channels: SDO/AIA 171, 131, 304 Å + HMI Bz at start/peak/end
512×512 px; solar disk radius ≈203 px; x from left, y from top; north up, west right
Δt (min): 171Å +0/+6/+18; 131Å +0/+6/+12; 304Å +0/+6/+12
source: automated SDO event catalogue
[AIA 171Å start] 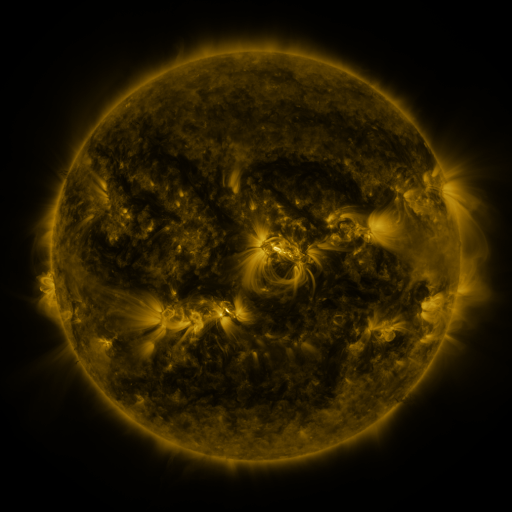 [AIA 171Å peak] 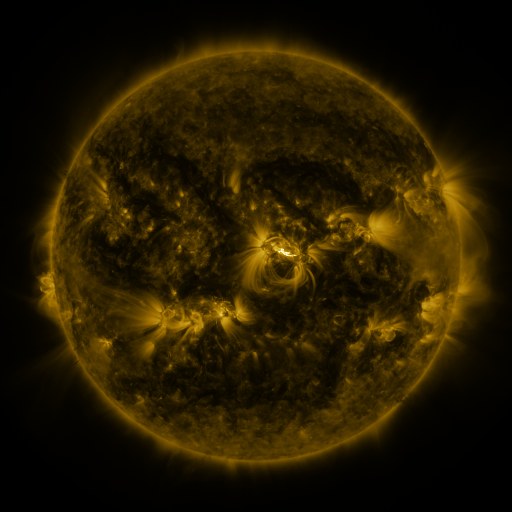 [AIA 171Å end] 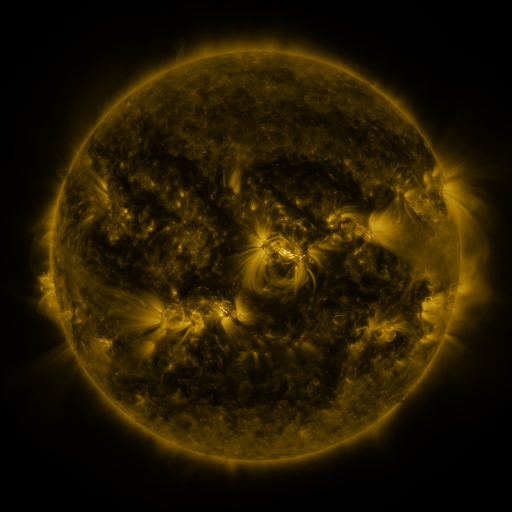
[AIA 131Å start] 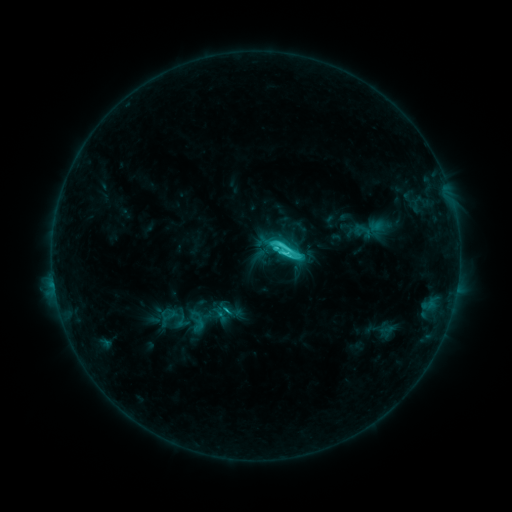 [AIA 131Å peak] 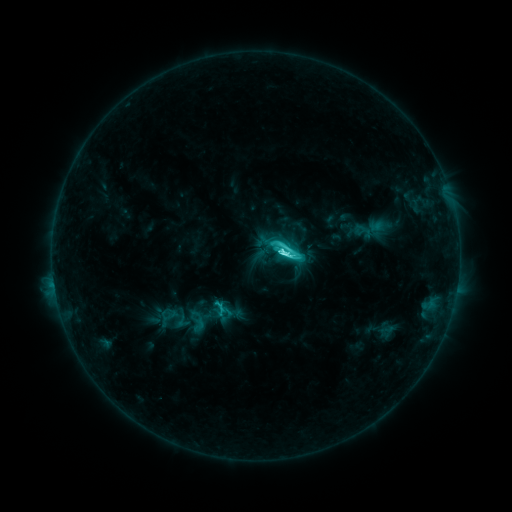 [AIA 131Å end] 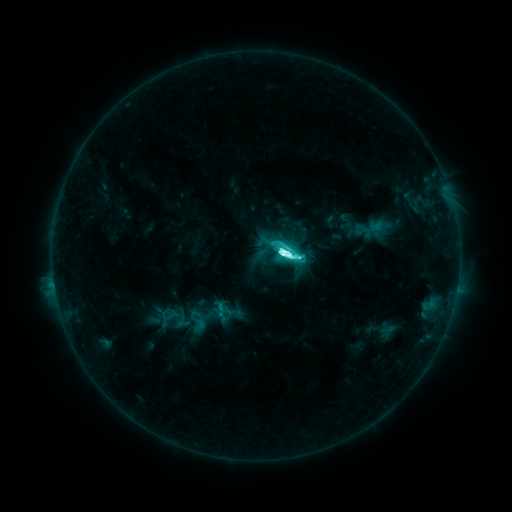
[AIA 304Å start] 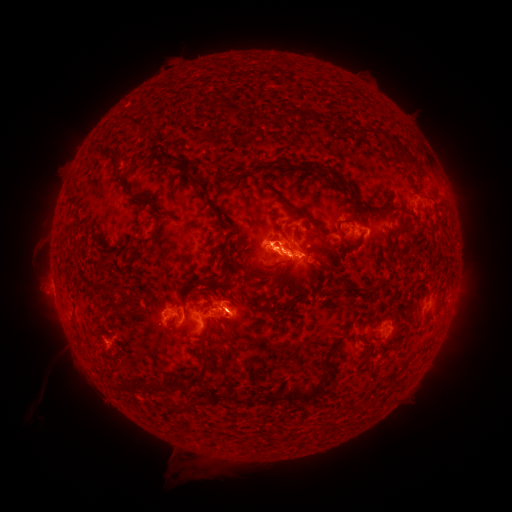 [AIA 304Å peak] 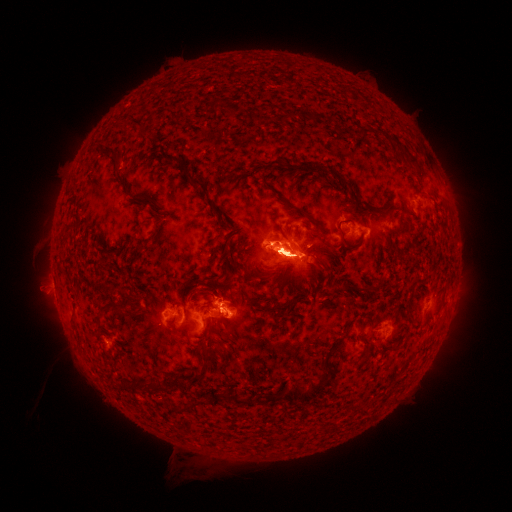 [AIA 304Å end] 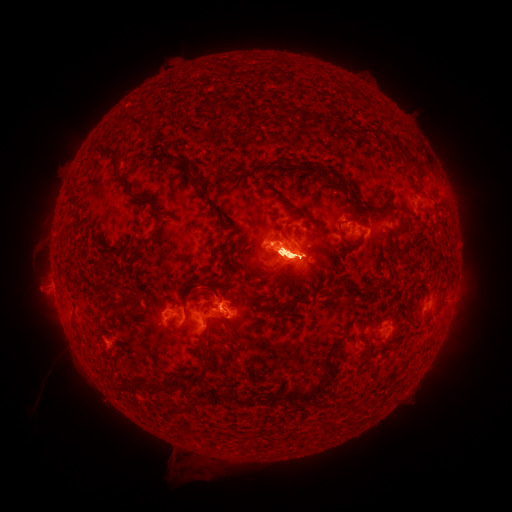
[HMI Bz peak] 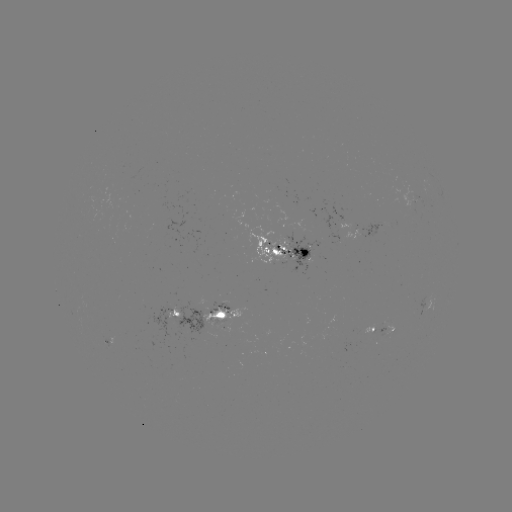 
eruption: [437, 271, 475, 345]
